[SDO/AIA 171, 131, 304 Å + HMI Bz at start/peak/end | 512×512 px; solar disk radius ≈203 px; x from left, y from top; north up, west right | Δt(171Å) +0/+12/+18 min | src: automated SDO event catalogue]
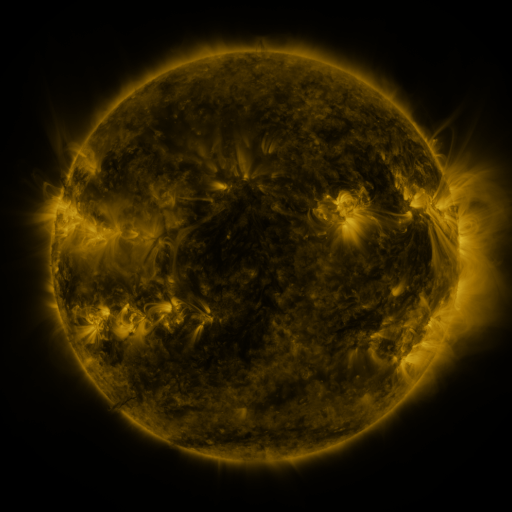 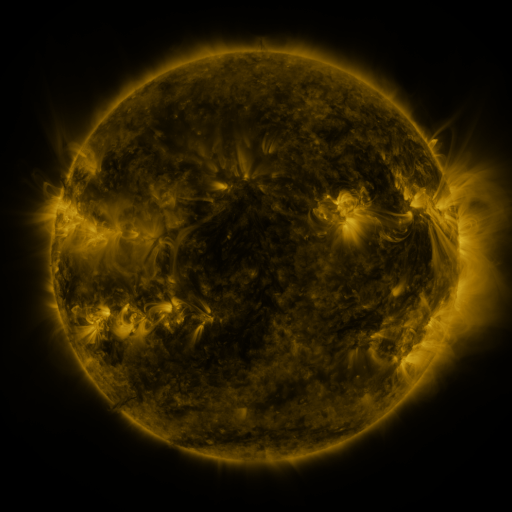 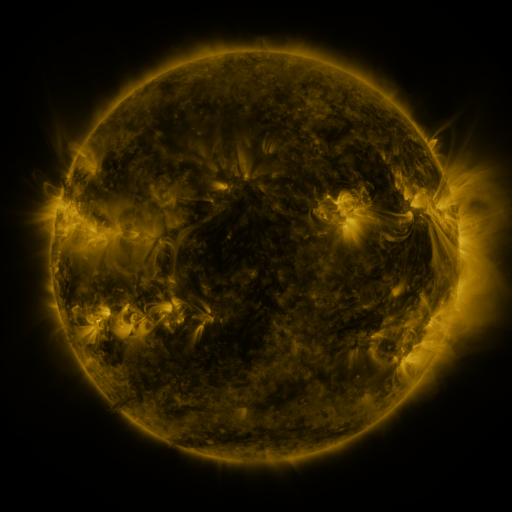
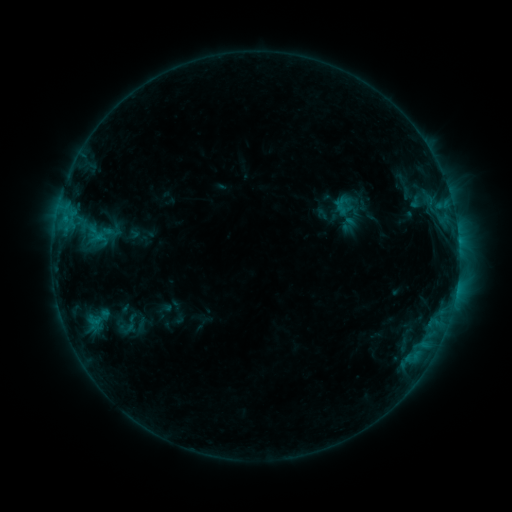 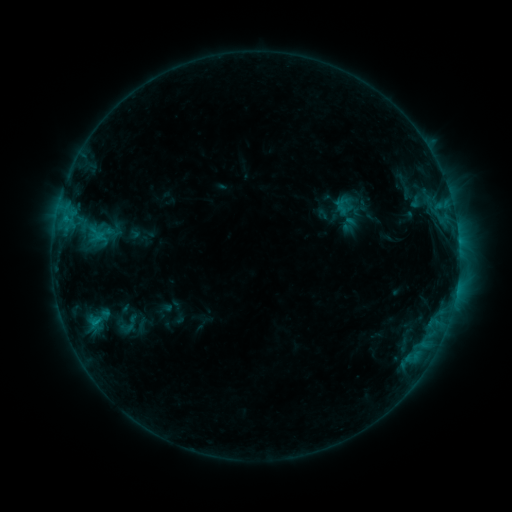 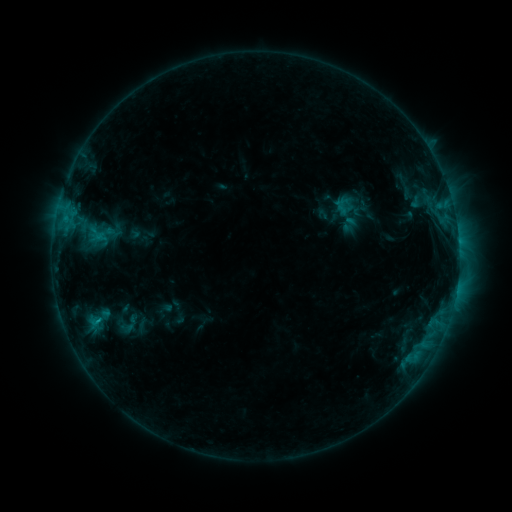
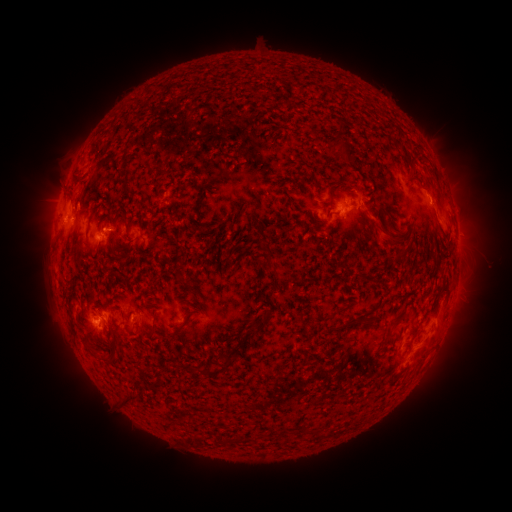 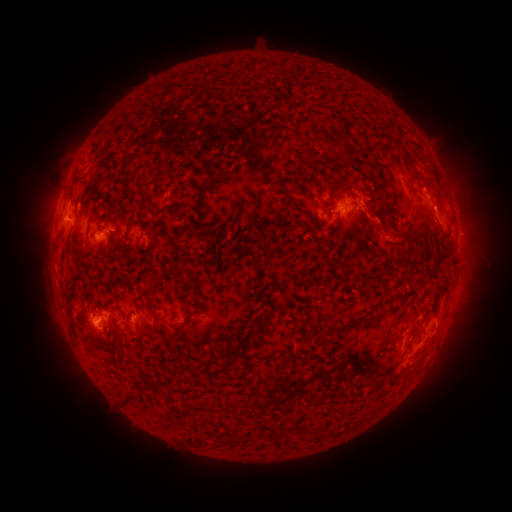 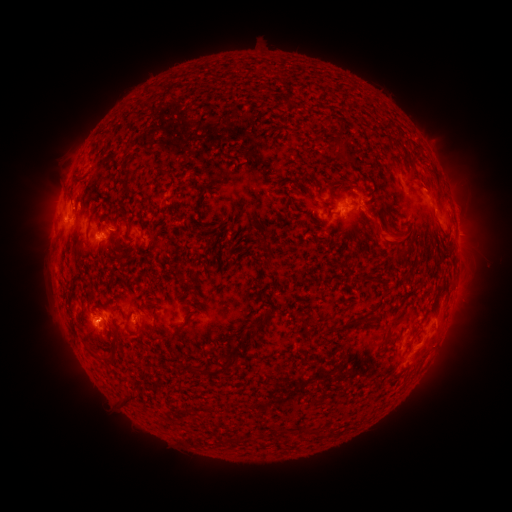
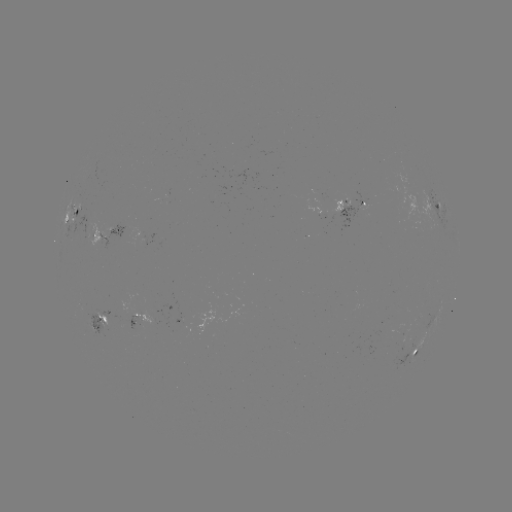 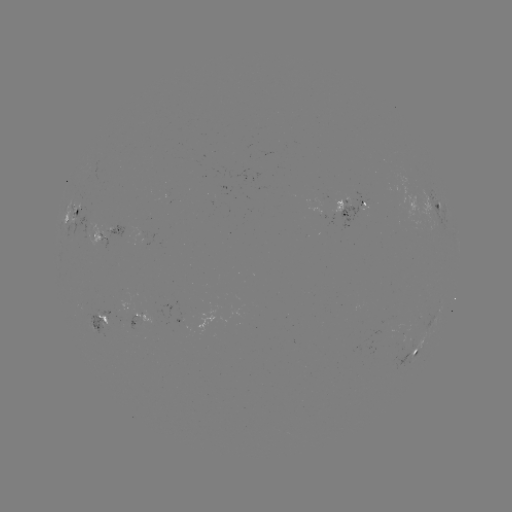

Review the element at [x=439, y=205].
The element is eruption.